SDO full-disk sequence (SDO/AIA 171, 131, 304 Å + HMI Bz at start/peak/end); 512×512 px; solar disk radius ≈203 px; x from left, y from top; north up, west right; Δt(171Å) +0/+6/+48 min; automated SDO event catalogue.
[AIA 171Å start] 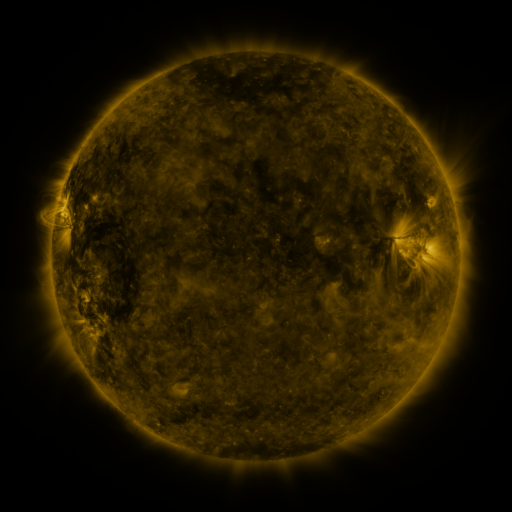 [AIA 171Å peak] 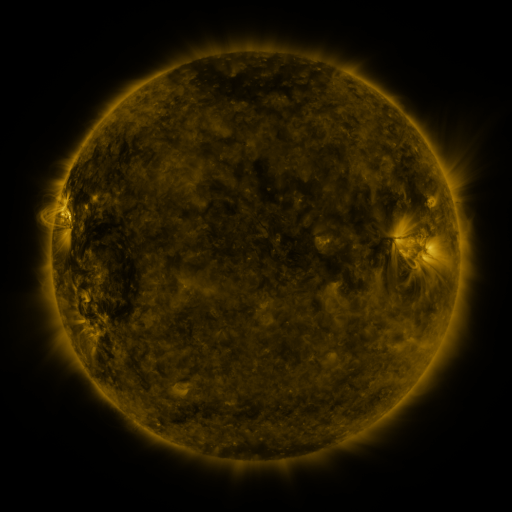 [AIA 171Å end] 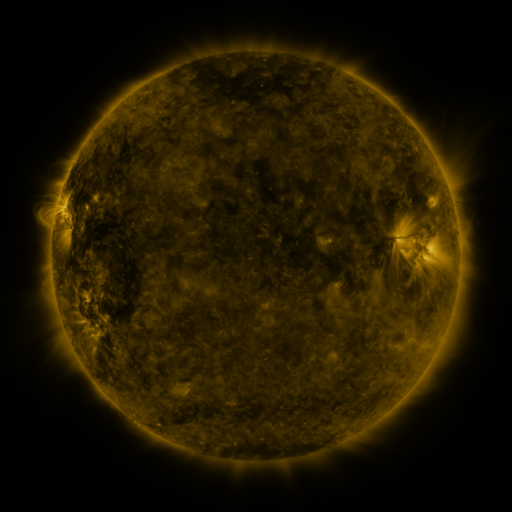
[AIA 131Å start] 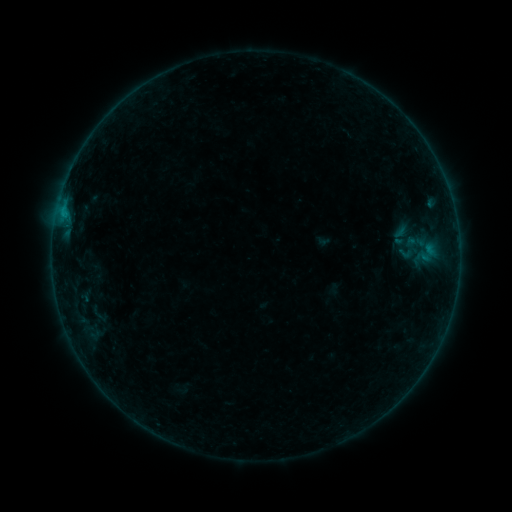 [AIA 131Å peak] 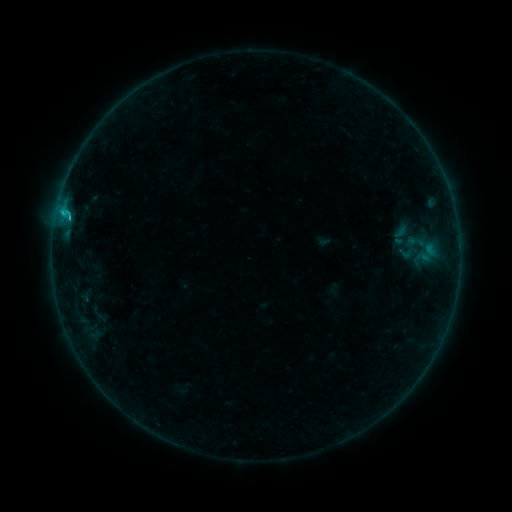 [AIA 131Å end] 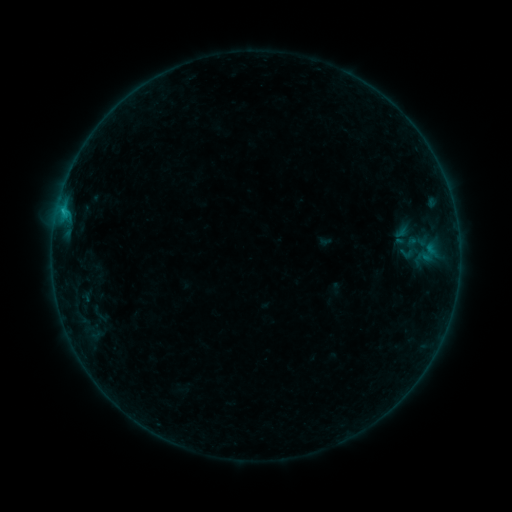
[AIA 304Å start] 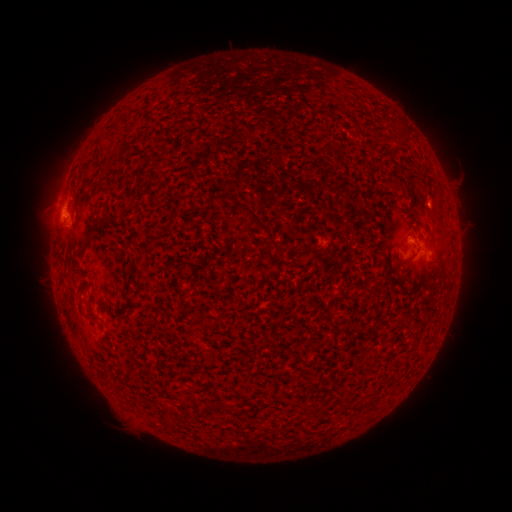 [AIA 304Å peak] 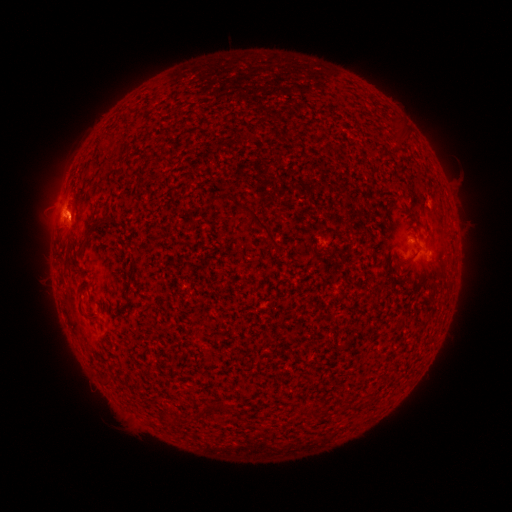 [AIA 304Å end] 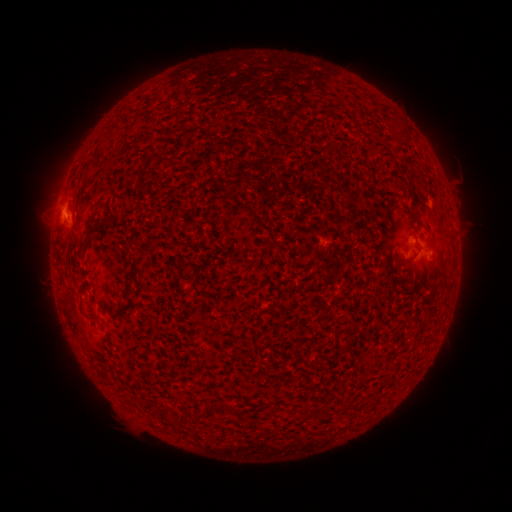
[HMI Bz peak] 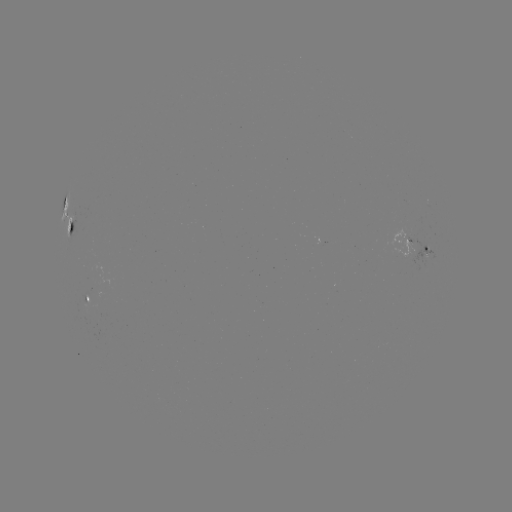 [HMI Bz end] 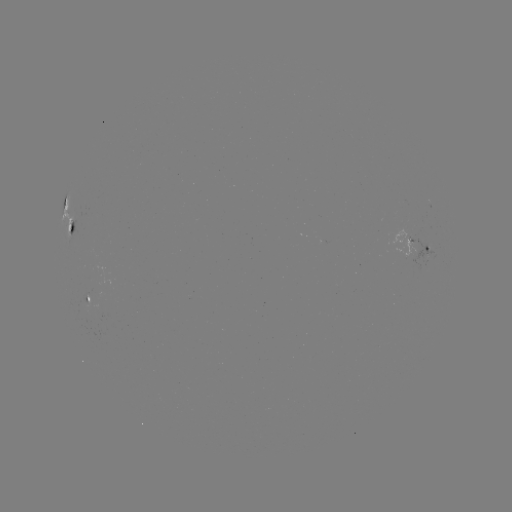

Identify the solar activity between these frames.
B8.0 flare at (69, 219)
